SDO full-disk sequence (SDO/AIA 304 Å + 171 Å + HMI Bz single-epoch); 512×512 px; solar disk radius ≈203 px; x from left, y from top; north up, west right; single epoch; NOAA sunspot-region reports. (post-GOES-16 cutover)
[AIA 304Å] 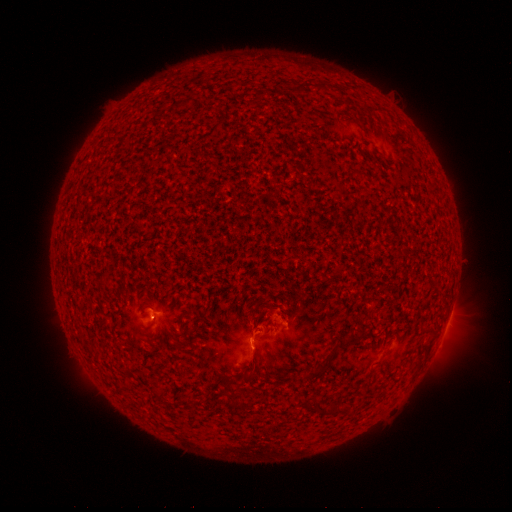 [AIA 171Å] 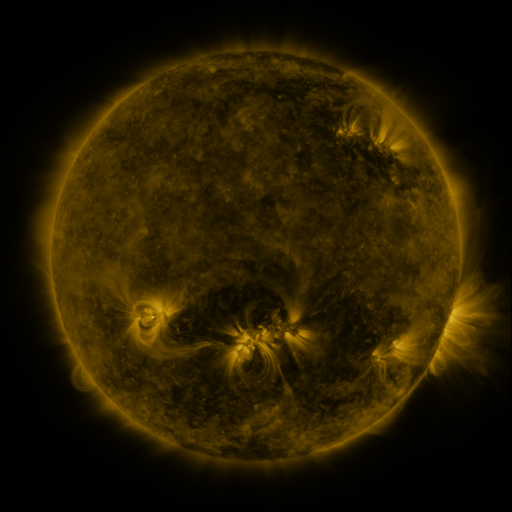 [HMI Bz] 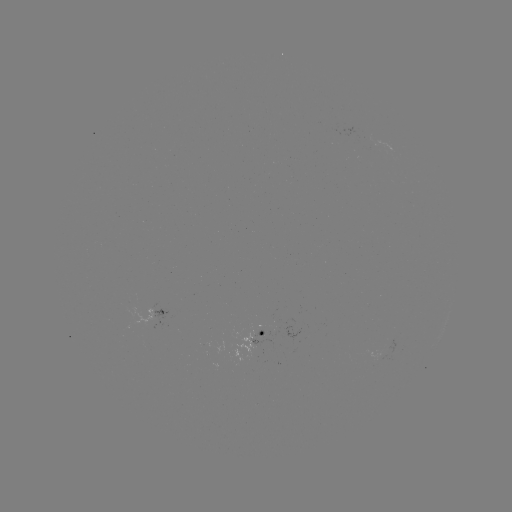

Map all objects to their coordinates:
spotted active region: (157, 312)
spotted active region: (262, 336)
